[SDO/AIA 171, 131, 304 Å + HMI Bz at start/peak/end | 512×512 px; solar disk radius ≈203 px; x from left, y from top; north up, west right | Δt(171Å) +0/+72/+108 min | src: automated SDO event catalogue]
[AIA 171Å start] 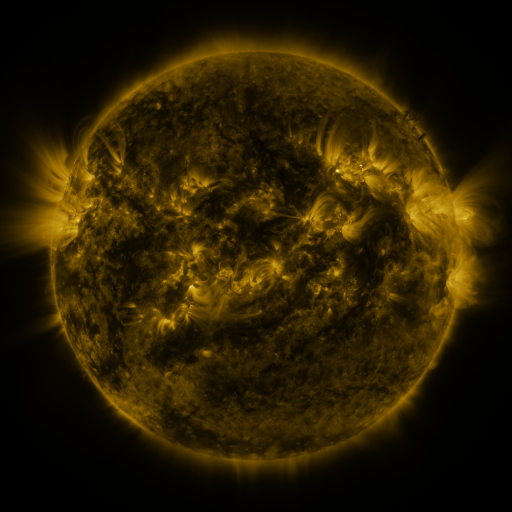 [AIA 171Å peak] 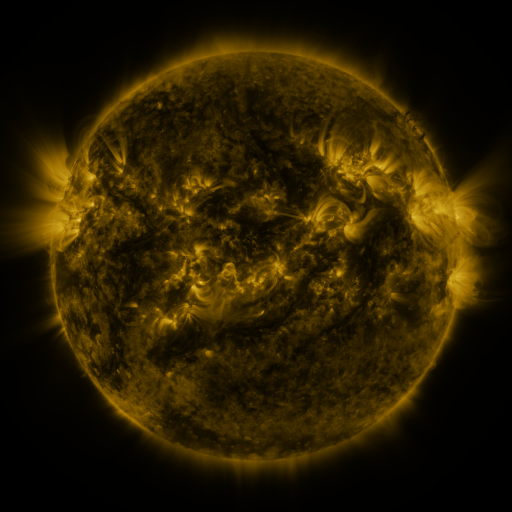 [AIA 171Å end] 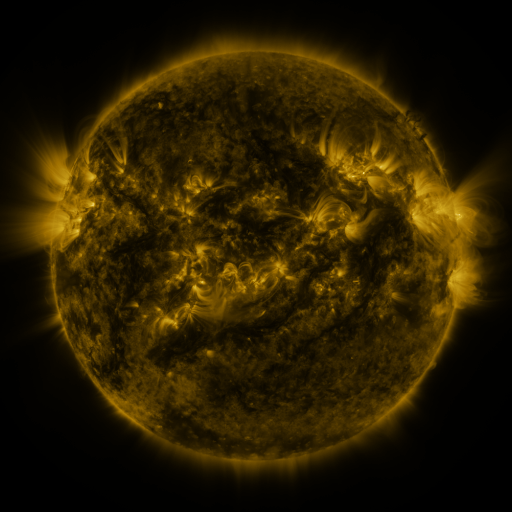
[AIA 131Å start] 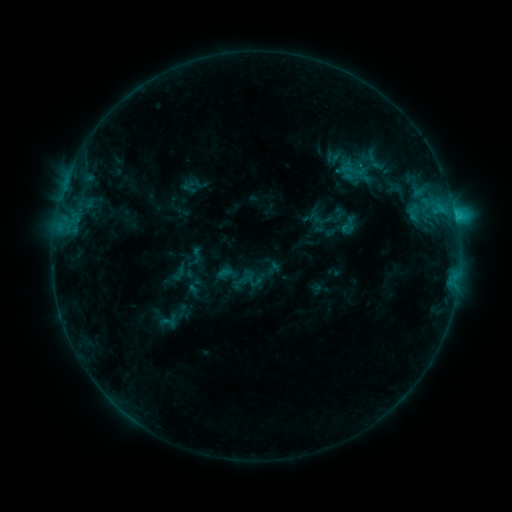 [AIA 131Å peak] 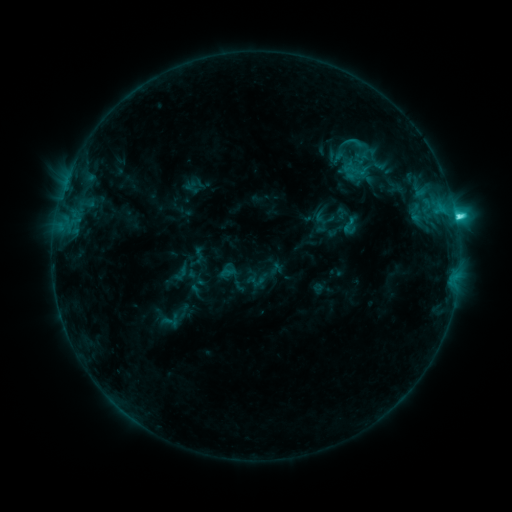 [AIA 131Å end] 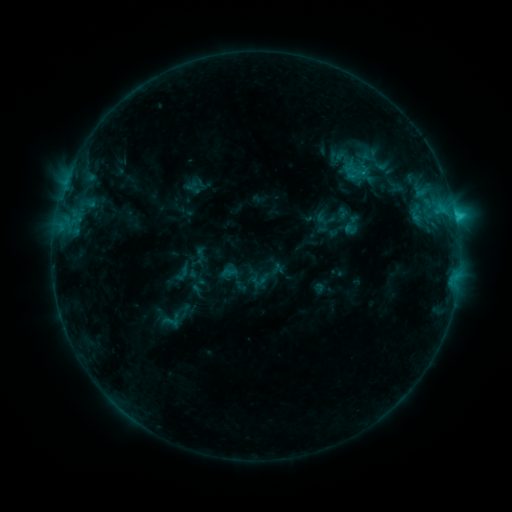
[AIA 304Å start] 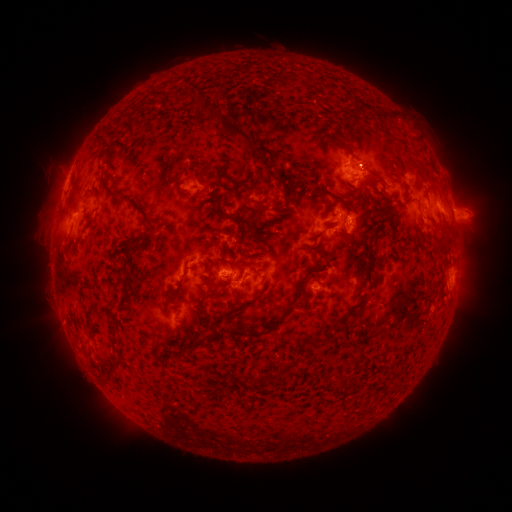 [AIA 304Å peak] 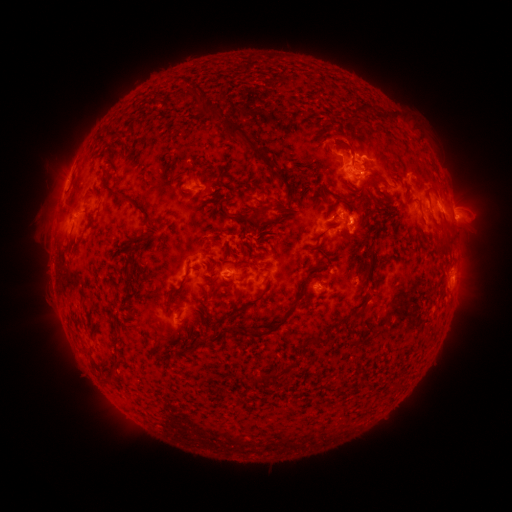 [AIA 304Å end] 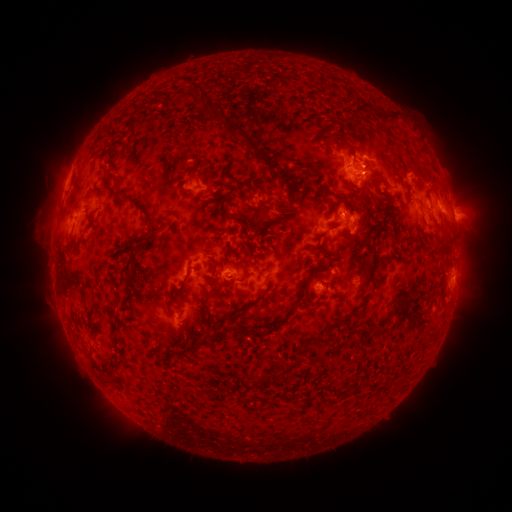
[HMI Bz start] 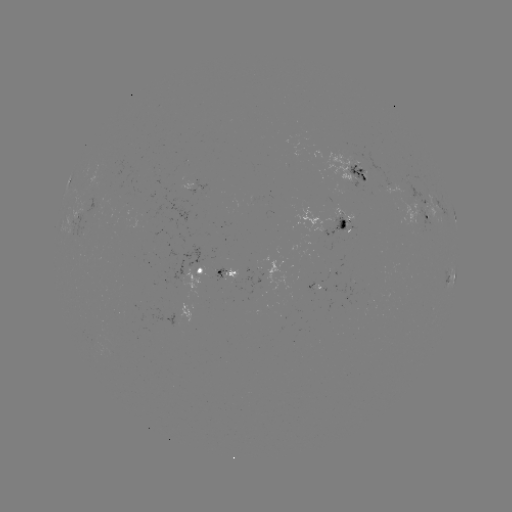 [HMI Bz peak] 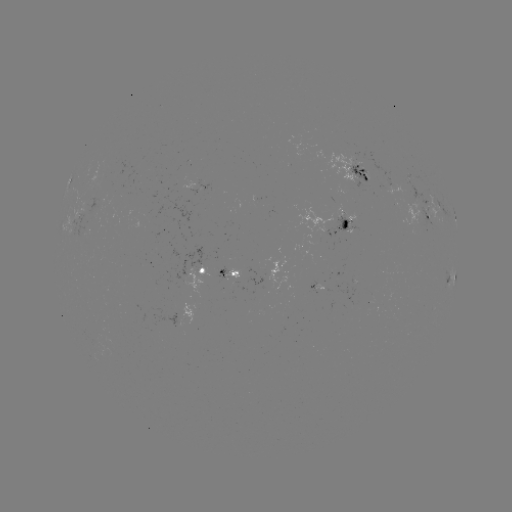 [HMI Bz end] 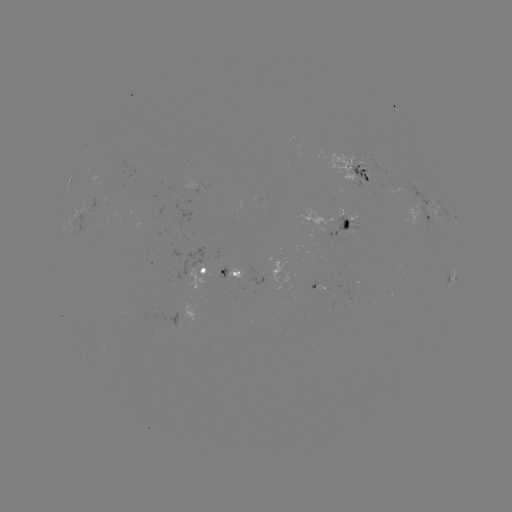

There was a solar emerging-flux region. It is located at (326, 280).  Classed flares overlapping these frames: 3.